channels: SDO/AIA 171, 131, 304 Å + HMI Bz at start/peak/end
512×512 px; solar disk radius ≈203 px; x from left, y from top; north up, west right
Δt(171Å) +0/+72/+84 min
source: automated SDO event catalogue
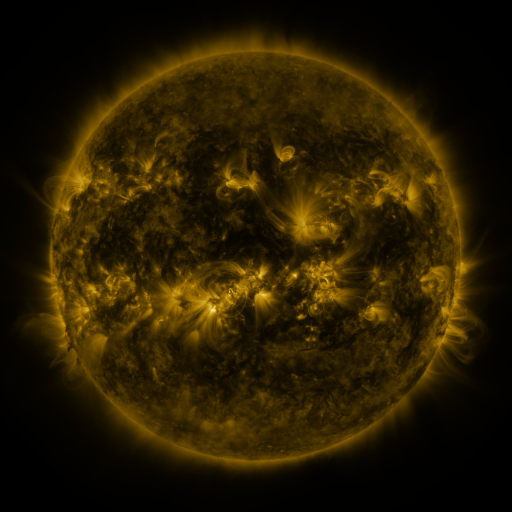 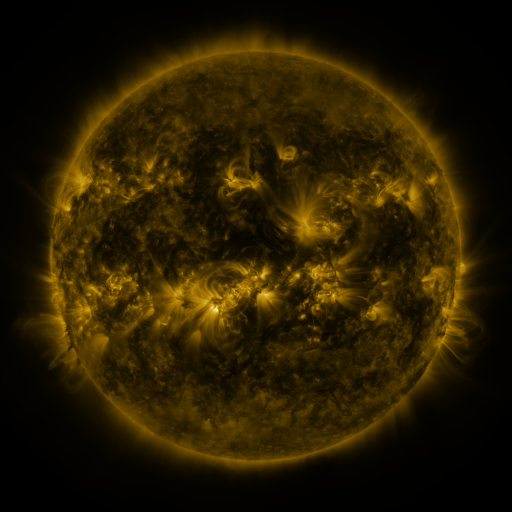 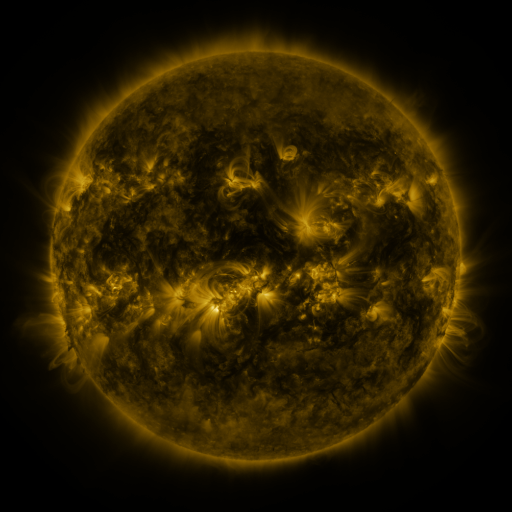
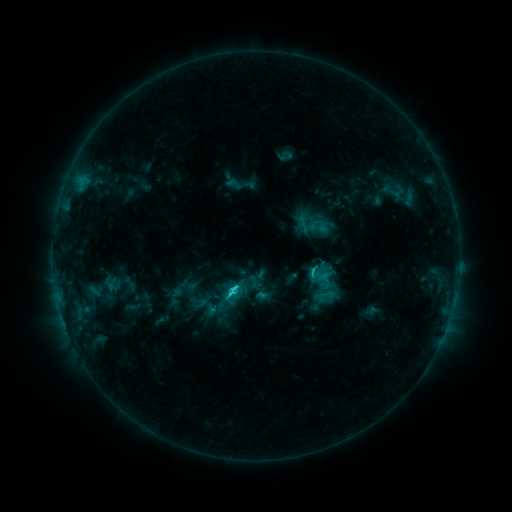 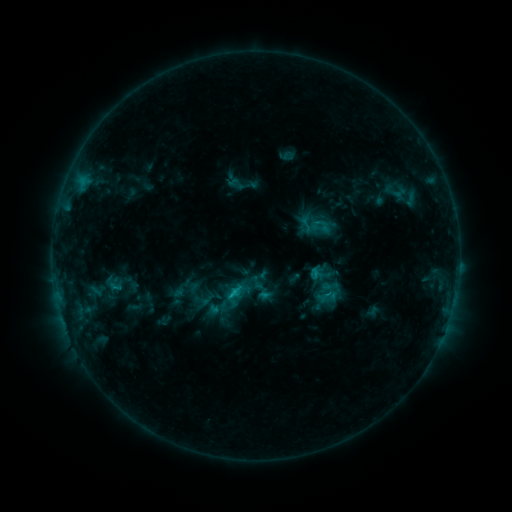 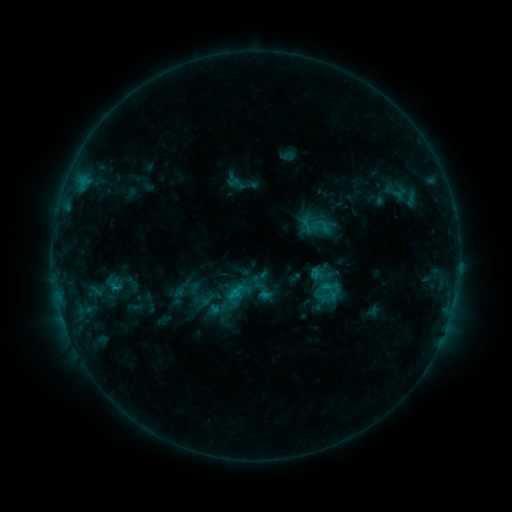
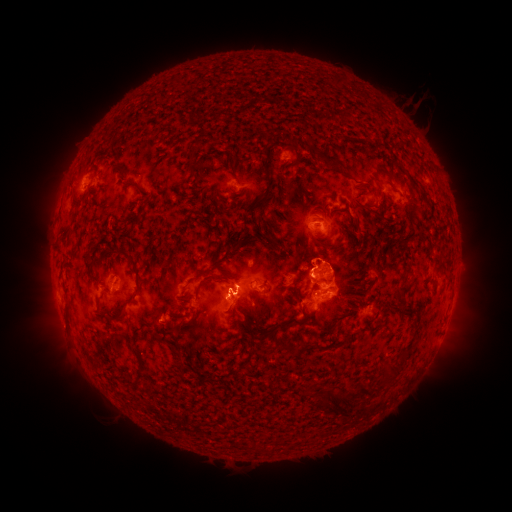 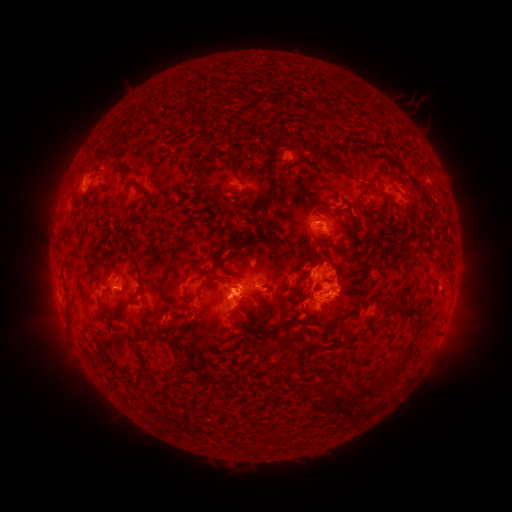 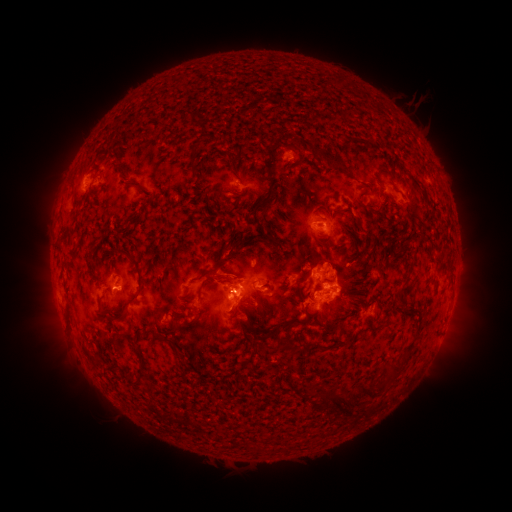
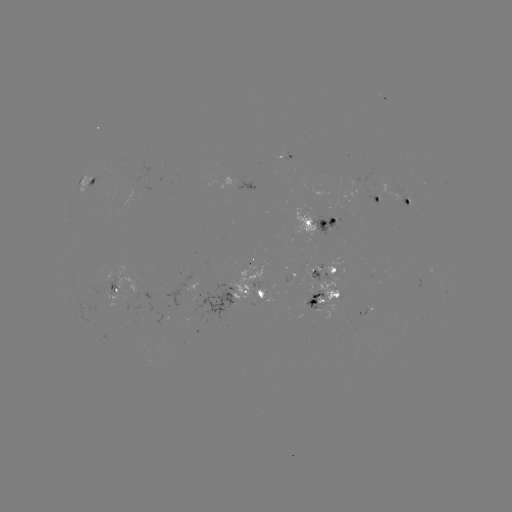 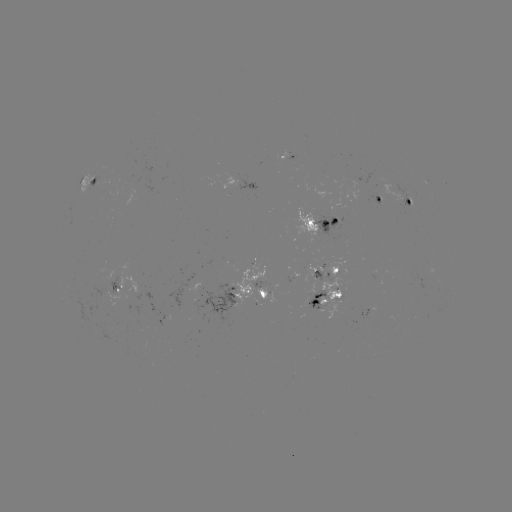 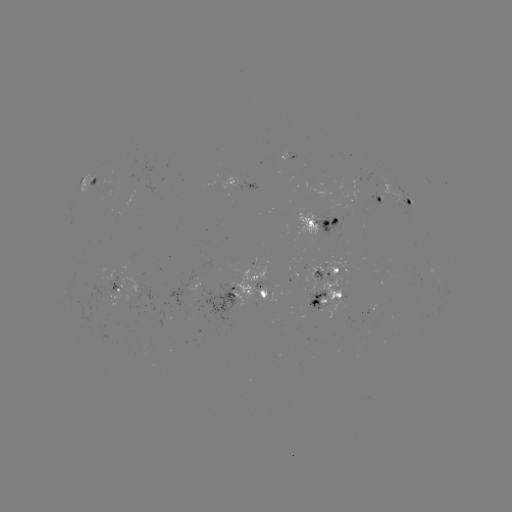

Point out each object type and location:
emerging-flux region: (321, 216)
